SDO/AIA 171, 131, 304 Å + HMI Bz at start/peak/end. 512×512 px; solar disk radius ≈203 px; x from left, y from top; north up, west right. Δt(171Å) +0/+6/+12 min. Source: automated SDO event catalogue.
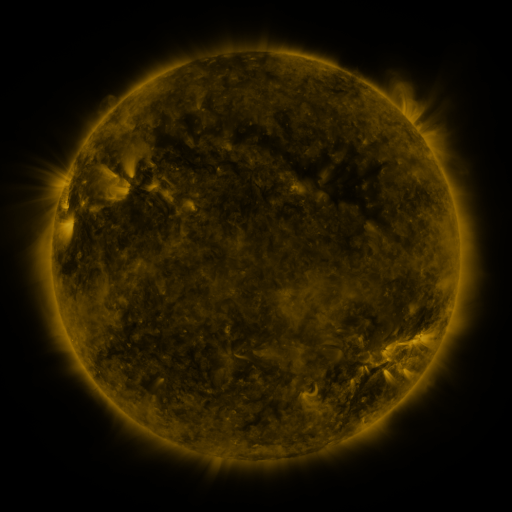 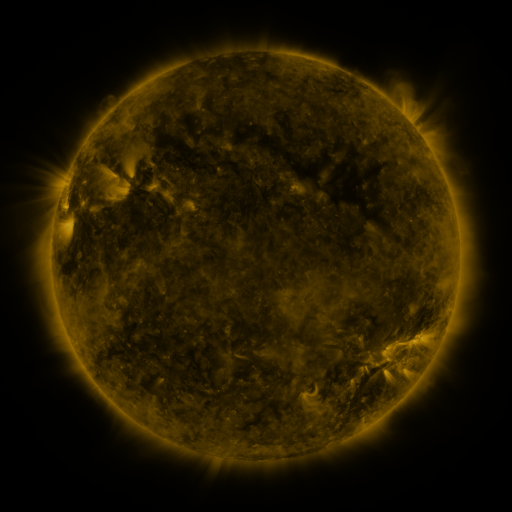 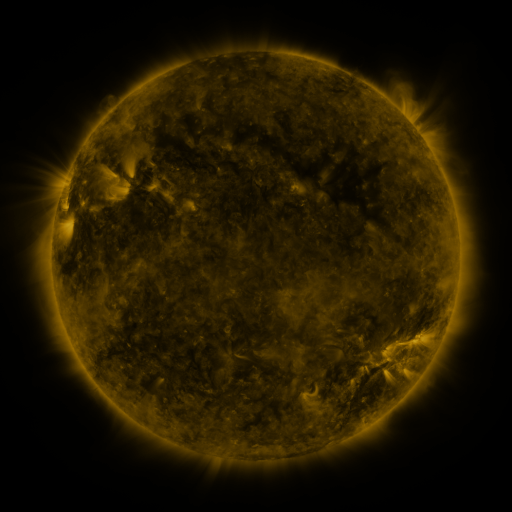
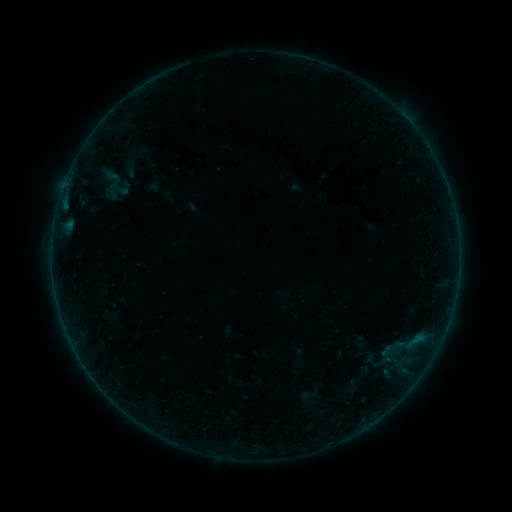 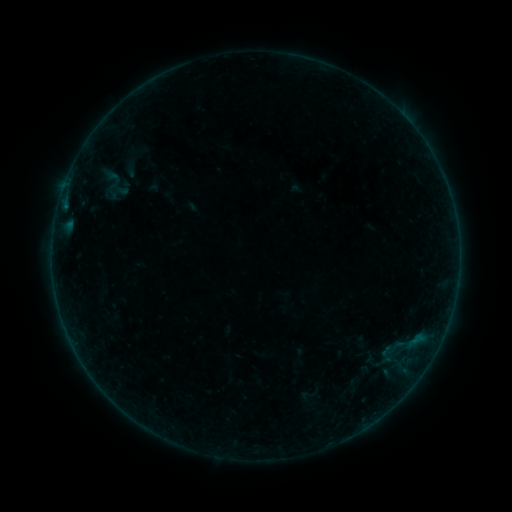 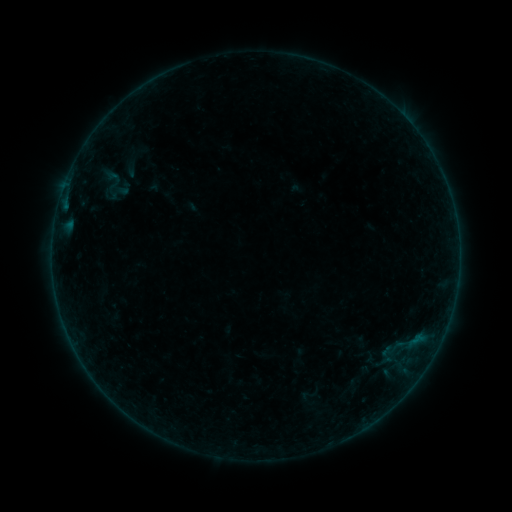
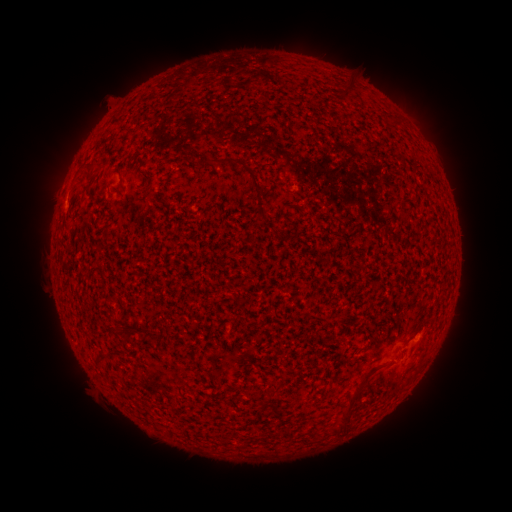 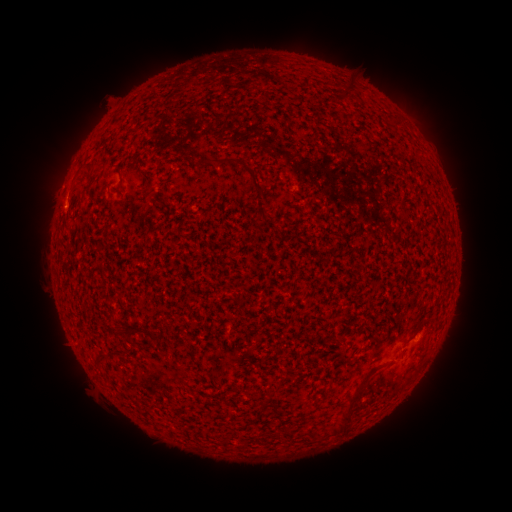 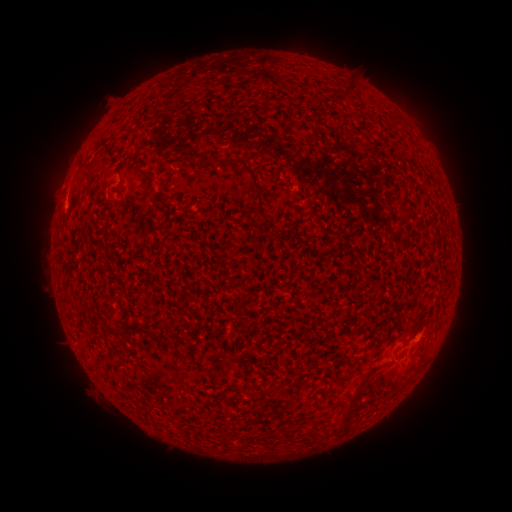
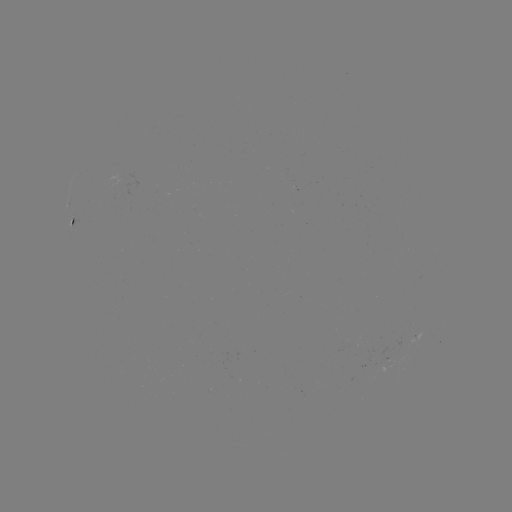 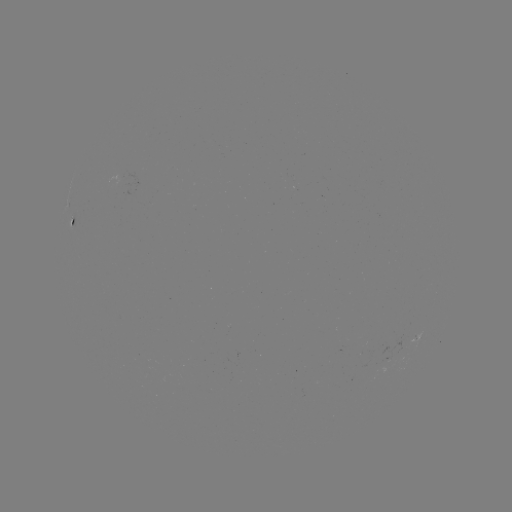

no classed flare was catalogued and no EUV brightening was flagged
